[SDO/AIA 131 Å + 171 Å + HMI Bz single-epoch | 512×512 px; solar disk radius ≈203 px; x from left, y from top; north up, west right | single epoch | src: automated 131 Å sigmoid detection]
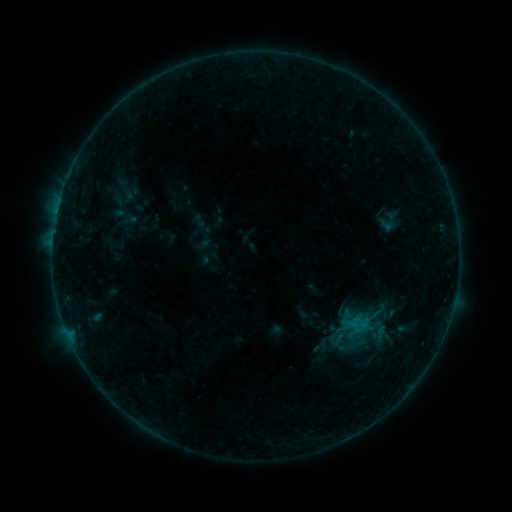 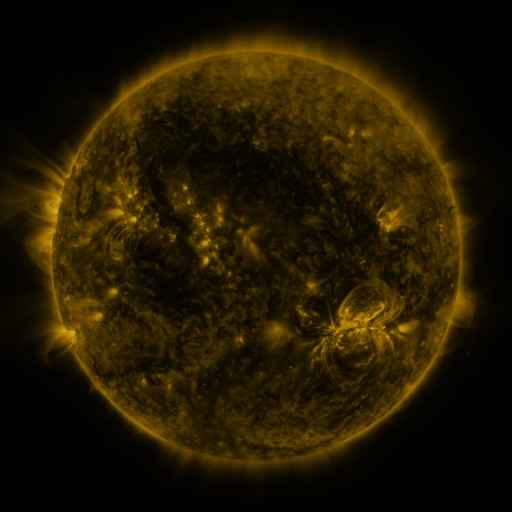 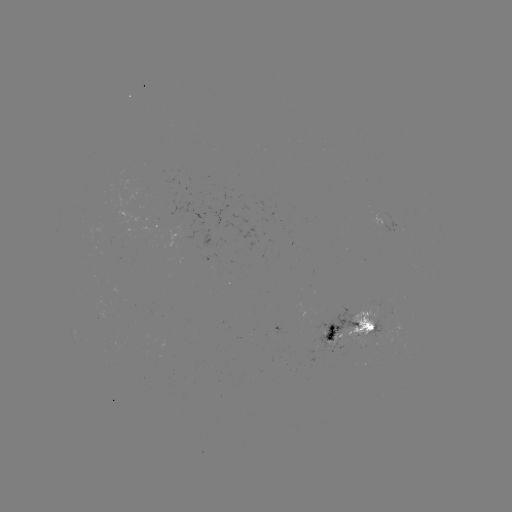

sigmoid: <bbox>371, 208, 406, 235</bbox>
